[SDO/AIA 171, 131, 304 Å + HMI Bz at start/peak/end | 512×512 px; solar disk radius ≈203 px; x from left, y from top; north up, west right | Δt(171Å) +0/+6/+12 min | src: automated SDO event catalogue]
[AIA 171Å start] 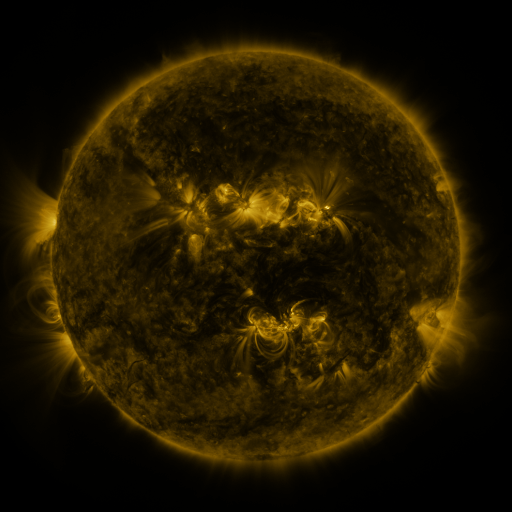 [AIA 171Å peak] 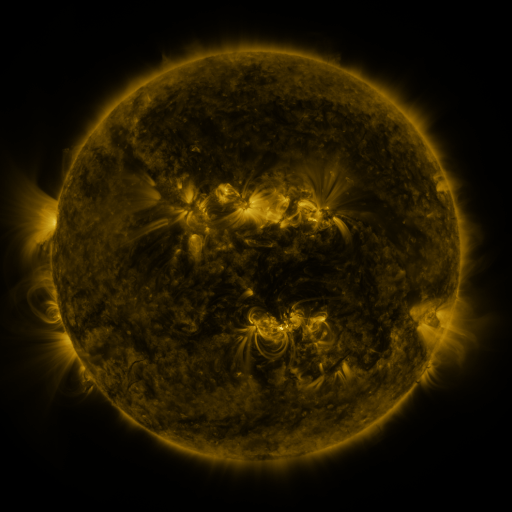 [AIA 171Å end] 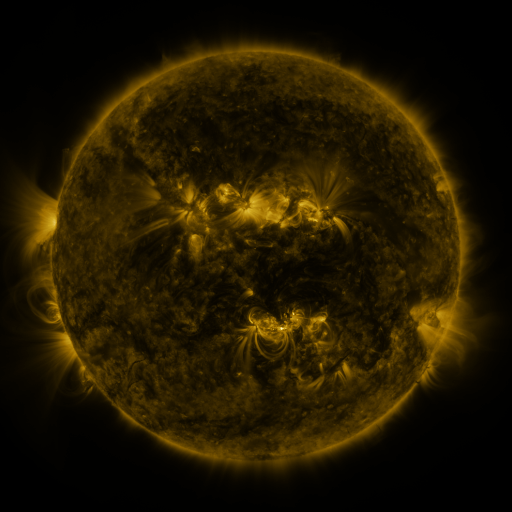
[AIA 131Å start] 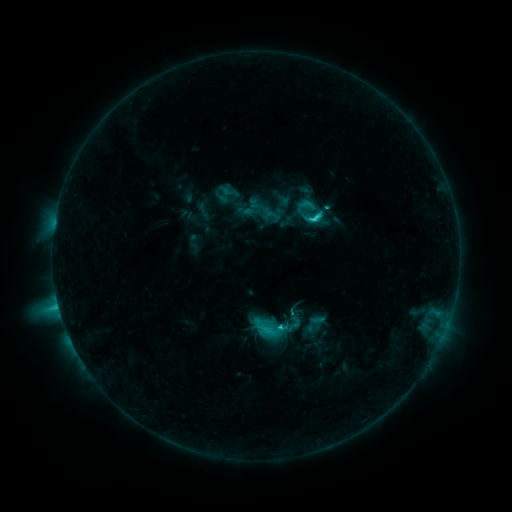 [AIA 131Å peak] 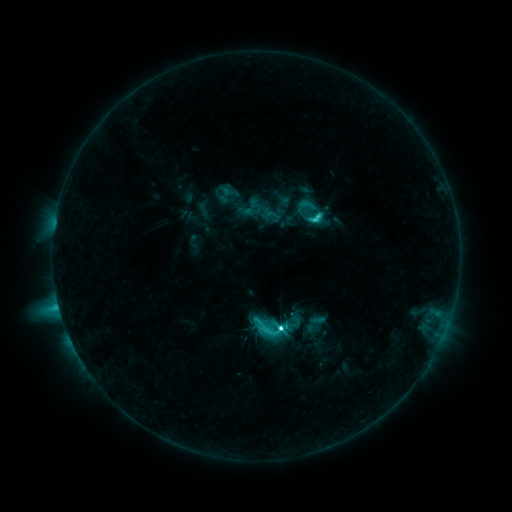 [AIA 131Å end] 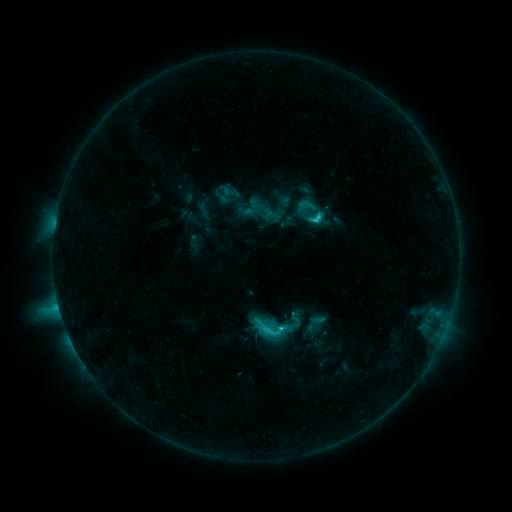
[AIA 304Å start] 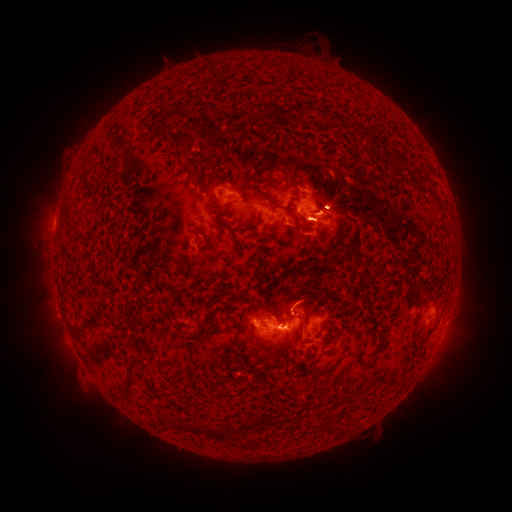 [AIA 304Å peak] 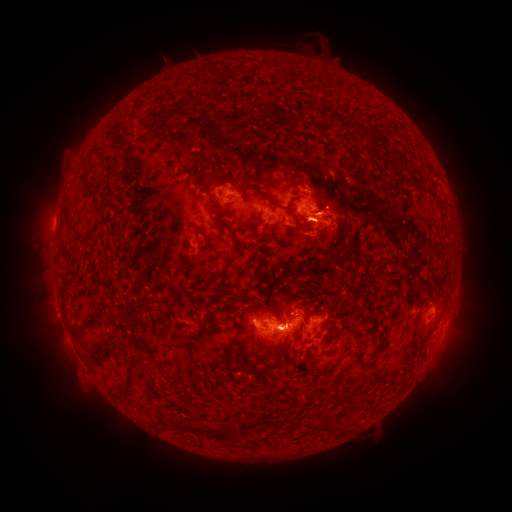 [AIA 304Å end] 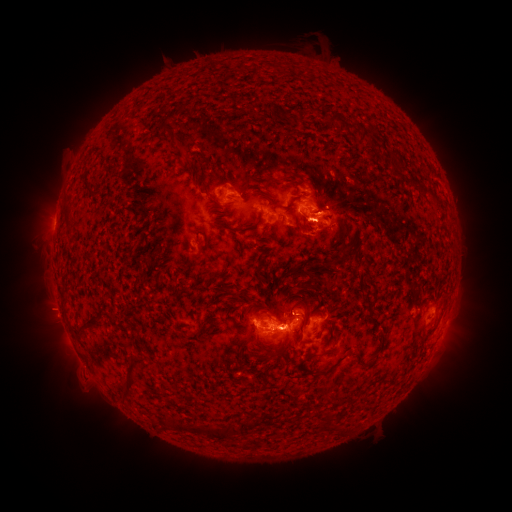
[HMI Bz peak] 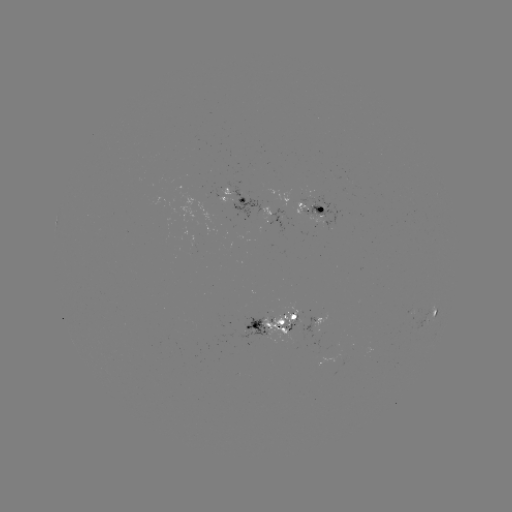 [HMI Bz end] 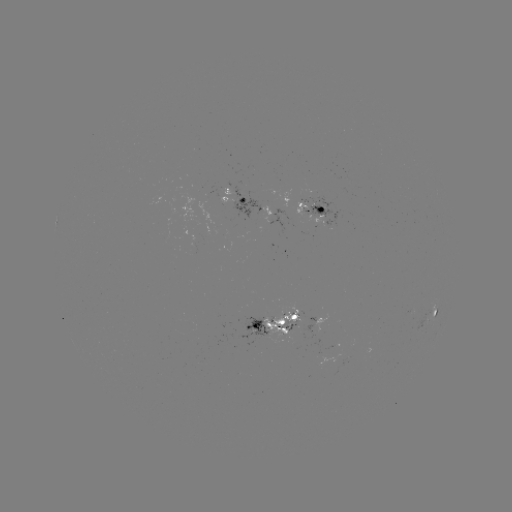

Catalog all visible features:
C8.2 flare: (279, 326)
